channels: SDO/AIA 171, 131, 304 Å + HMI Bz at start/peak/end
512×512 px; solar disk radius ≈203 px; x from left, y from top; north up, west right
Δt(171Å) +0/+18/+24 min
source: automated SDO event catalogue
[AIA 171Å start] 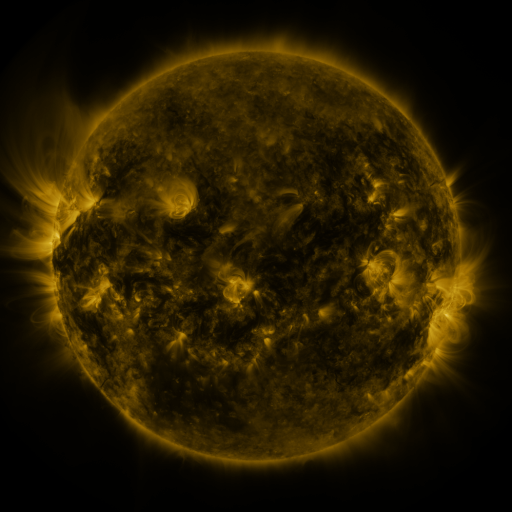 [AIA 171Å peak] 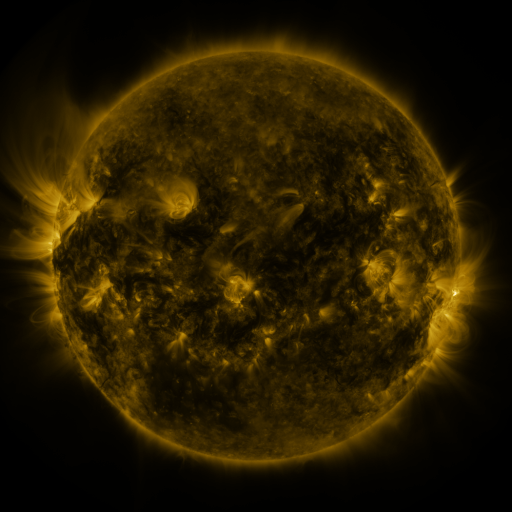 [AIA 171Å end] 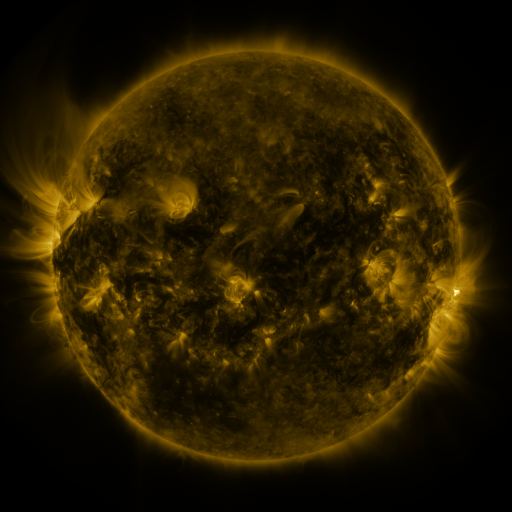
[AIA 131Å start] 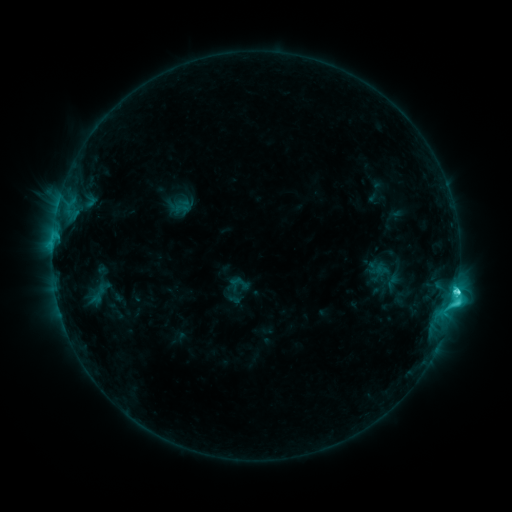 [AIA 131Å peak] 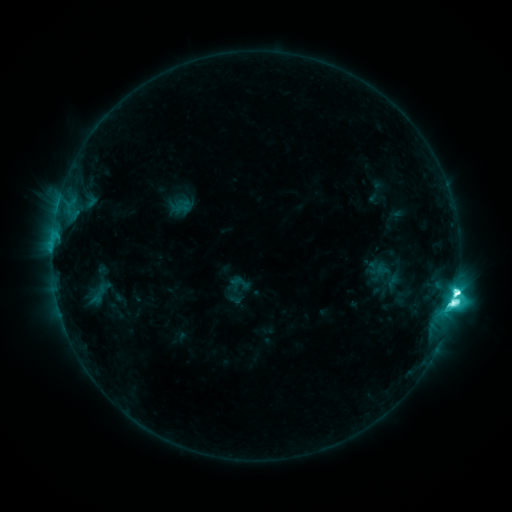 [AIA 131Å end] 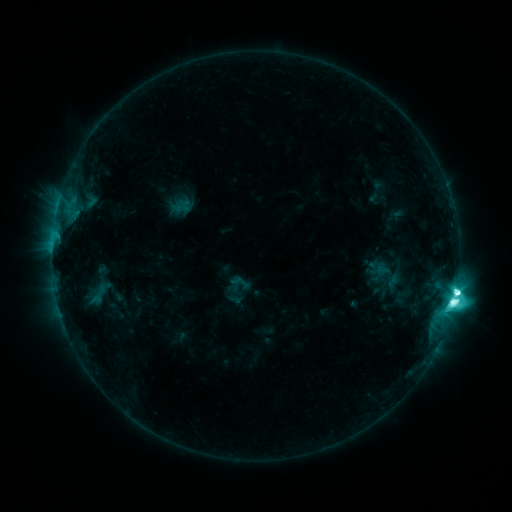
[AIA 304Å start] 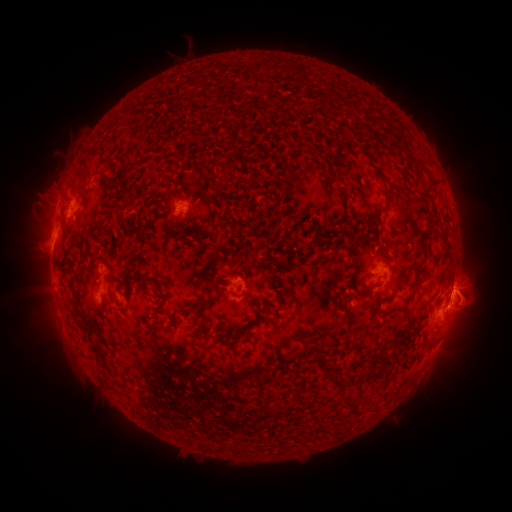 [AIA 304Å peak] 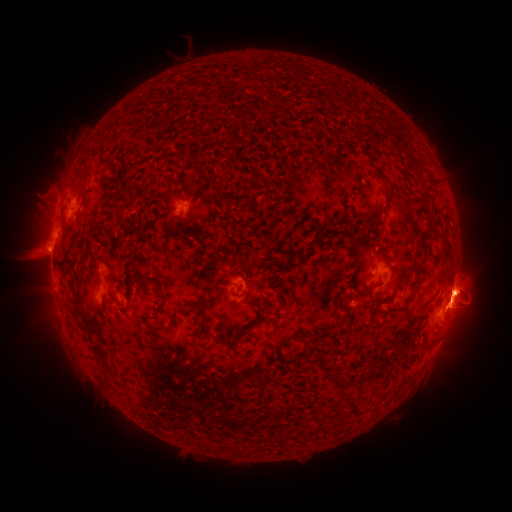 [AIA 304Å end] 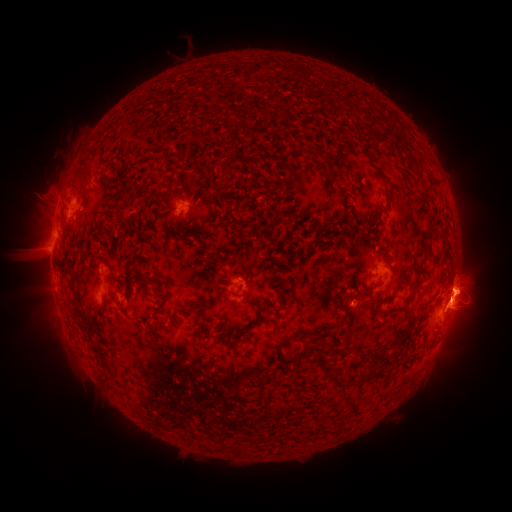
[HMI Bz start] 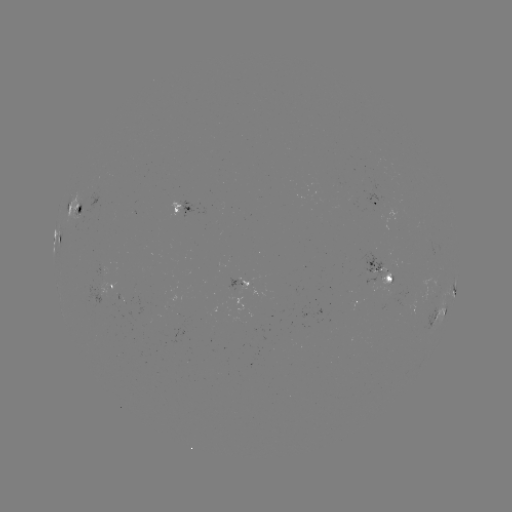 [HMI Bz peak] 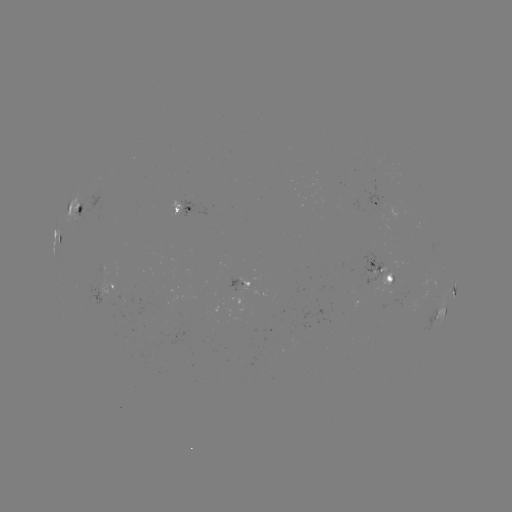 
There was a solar flare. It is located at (453, 300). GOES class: M1.8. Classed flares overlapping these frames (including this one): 1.